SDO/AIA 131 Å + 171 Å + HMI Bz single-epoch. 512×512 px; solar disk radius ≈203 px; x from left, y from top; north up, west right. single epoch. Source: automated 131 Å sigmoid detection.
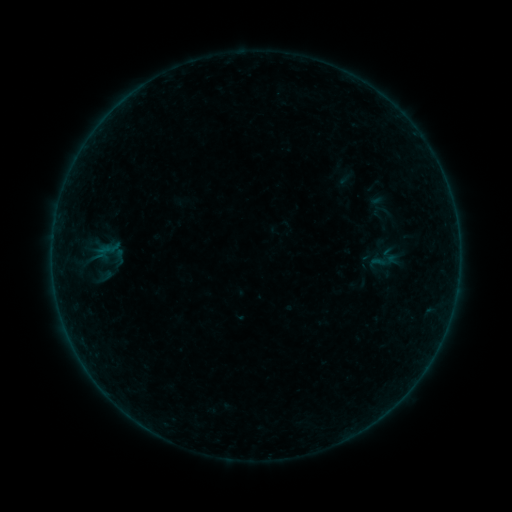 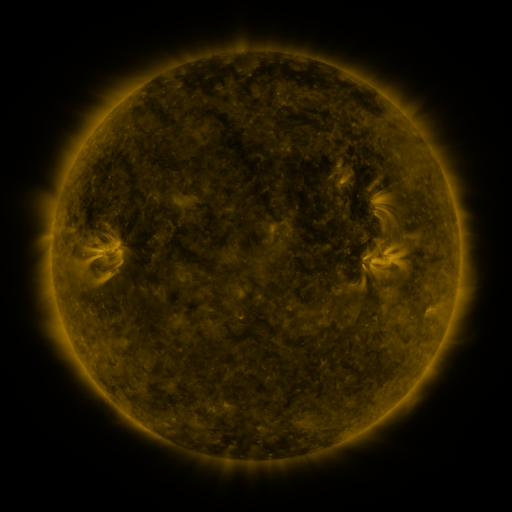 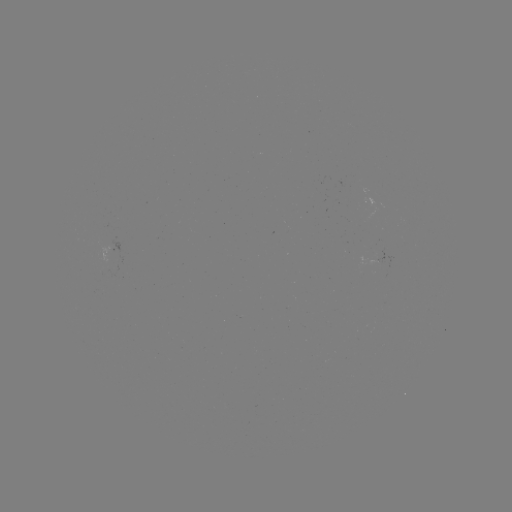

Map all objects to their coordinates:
sigmoid: (378, 204)
sigmoid: (385, 261)
